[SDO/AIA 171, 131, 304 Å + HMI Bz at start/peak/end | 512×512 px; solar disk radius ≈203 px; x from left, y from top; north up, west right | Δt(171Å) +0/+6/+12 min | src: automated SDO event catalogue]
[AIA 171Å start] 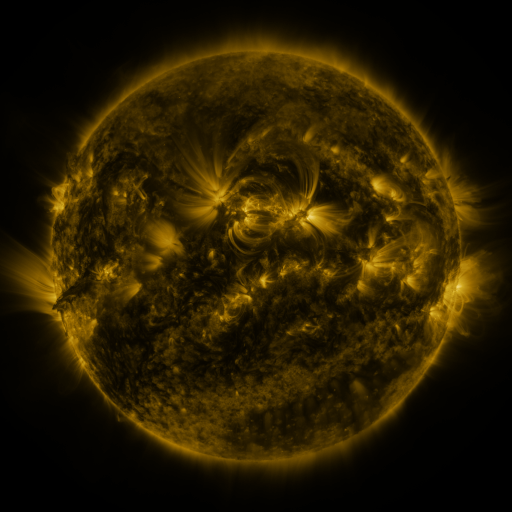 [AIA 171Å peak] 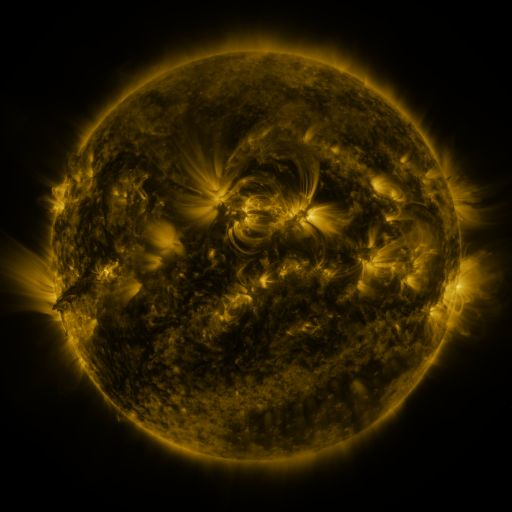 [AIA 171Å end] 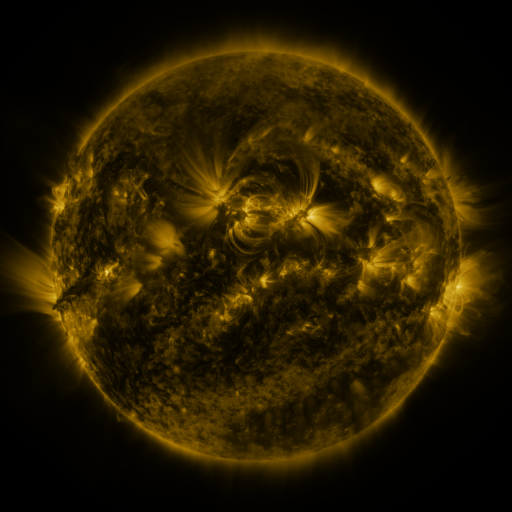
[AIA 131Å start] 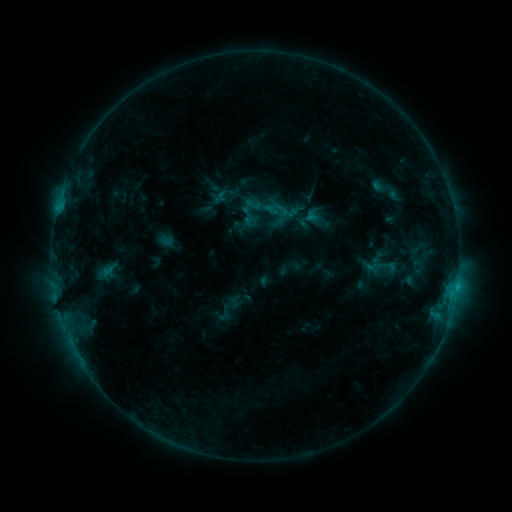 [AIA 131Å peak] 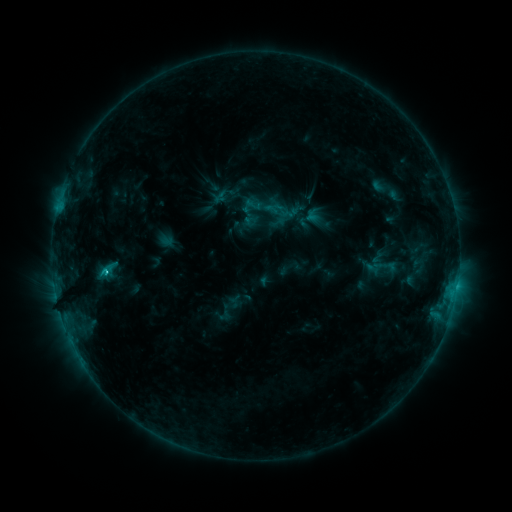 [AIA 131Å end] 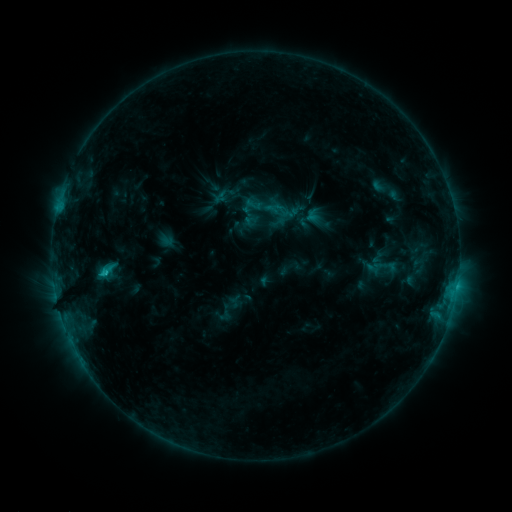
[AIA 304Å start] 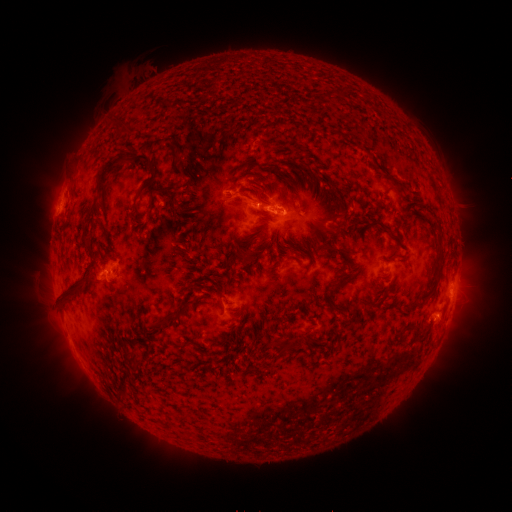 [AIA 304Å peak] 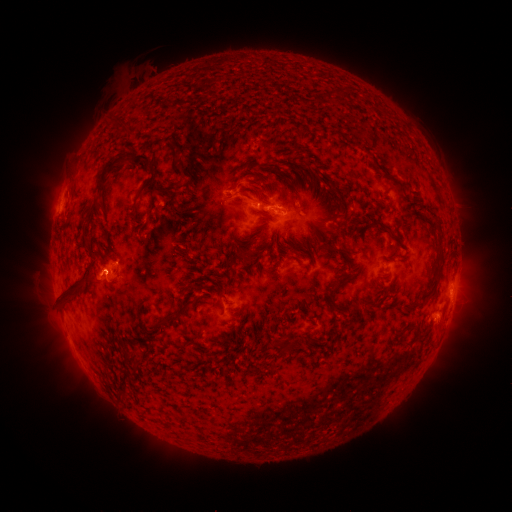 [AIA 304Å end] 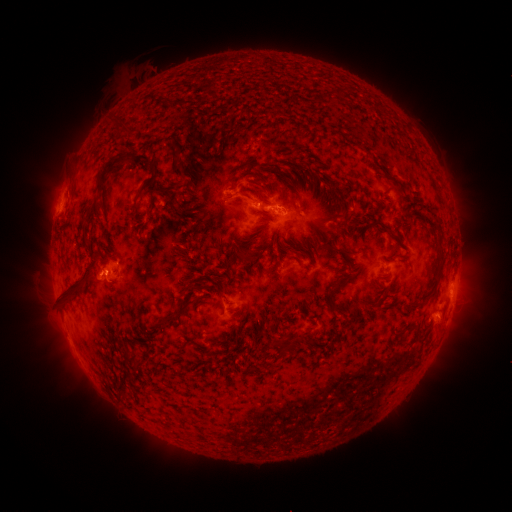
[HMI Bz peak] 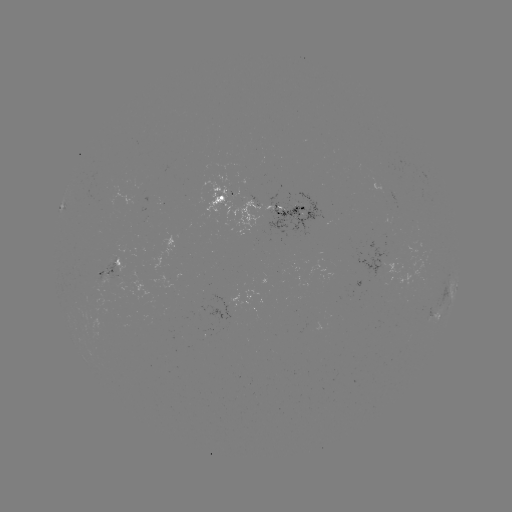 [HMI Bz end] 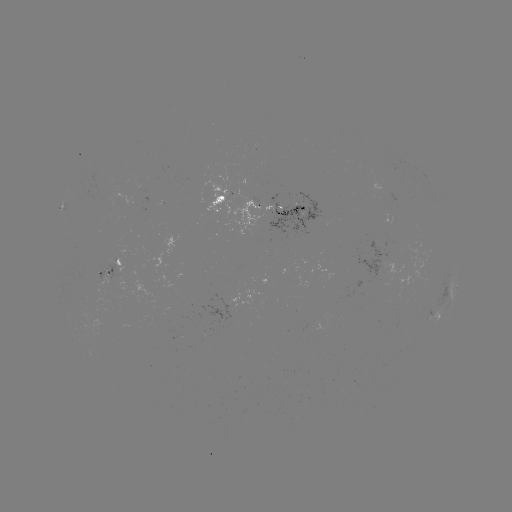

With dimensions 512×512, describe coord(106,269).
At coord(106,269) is C1.5 flare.